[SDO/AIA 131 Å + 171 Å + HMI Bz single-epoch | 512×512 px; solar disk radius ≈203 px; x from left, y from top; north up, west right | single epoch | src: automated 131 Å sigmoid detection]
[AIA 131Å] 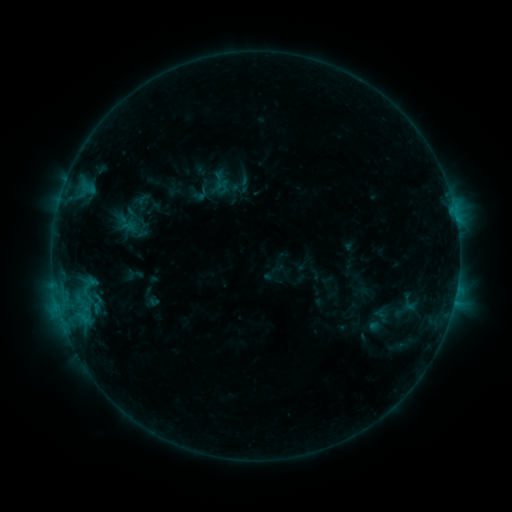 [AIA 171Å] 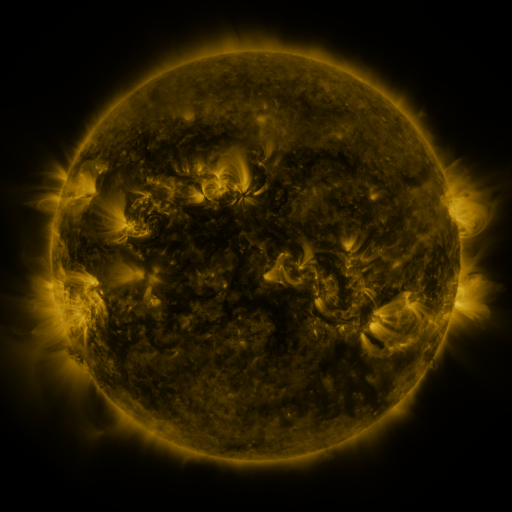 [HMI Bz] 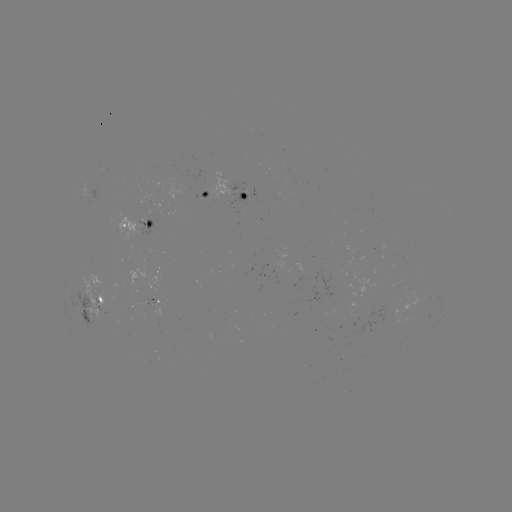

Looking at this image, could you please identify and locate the sigmoid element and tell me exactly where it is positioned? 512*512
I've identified sigmoid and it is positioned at (137, 204).